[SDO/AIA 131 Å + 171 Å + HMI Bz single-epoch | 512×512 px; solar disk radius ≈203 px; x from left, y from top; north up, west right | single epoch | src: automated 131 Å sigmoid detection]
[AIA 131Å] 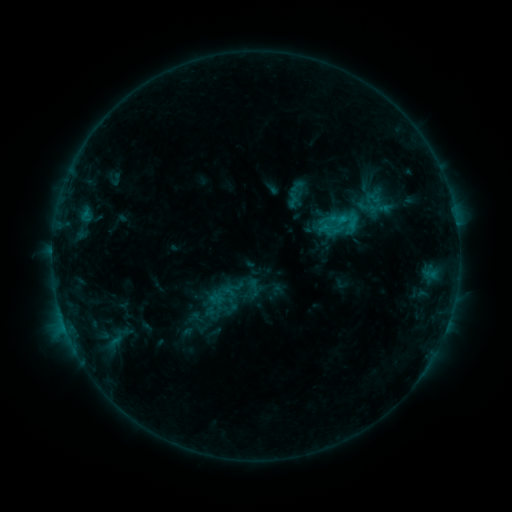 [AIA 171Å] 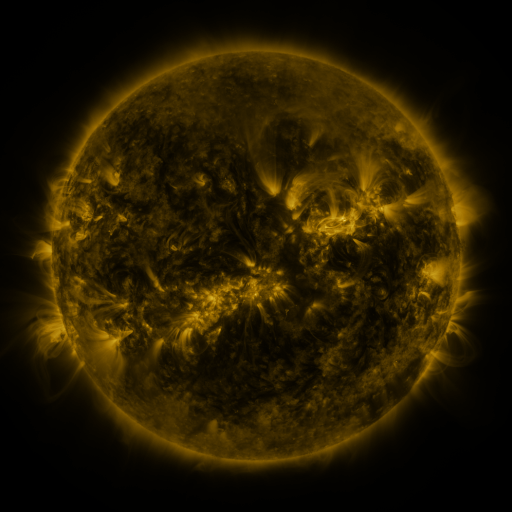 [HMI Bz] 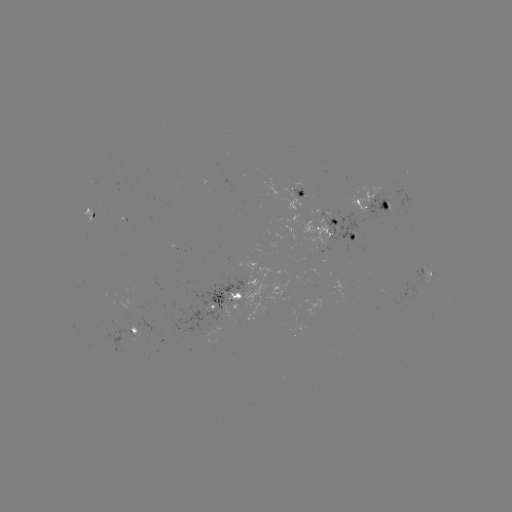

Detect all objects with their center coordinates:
sigmoid: (328, 219)
